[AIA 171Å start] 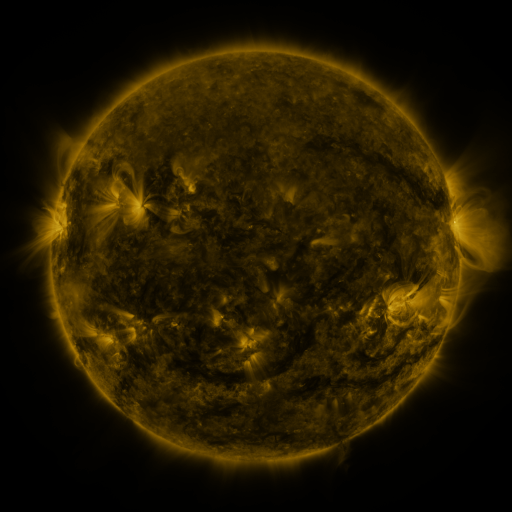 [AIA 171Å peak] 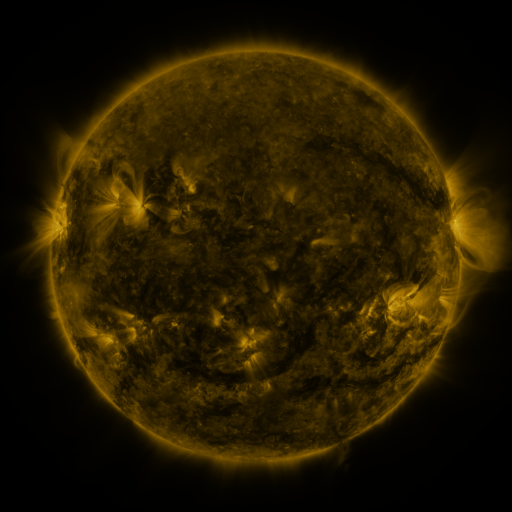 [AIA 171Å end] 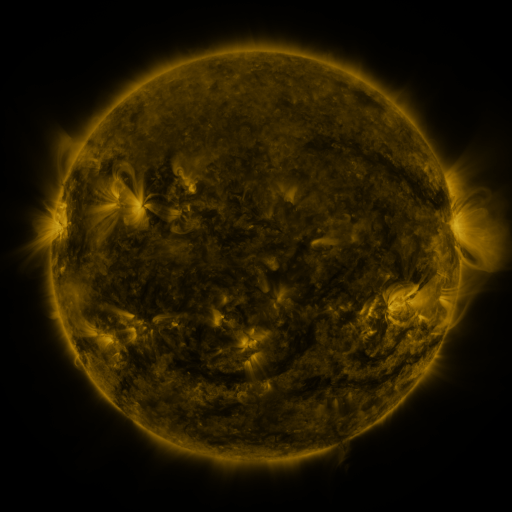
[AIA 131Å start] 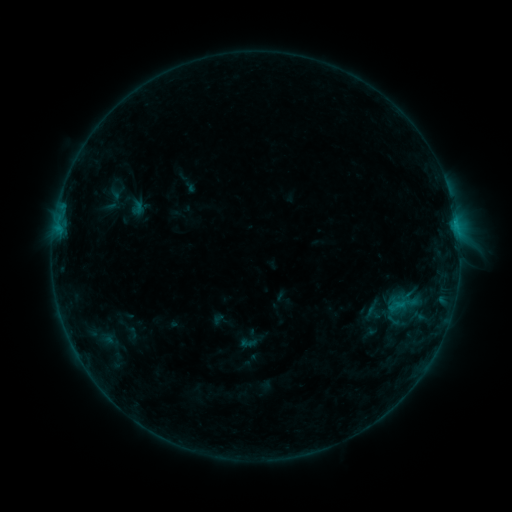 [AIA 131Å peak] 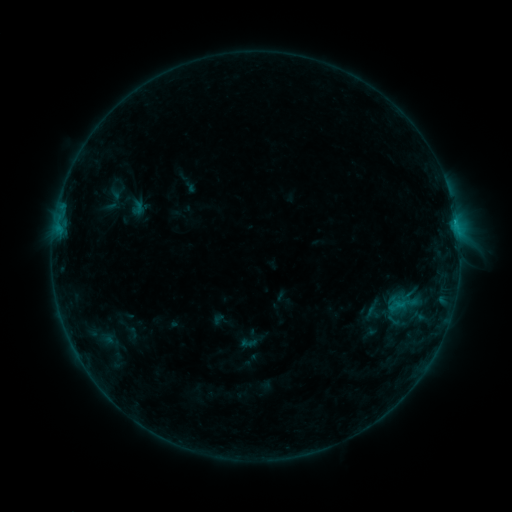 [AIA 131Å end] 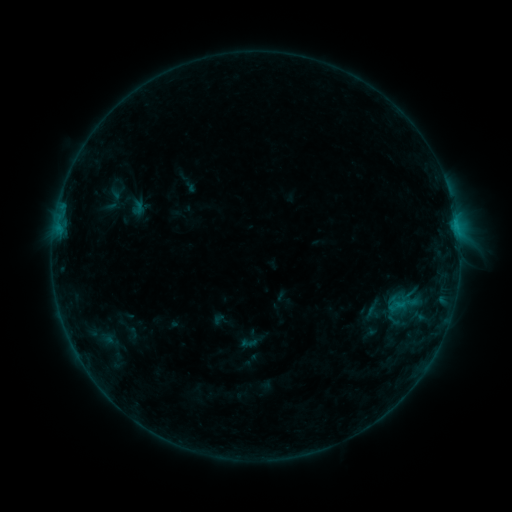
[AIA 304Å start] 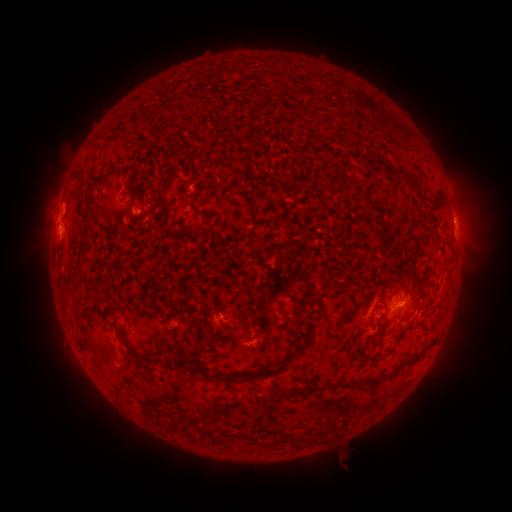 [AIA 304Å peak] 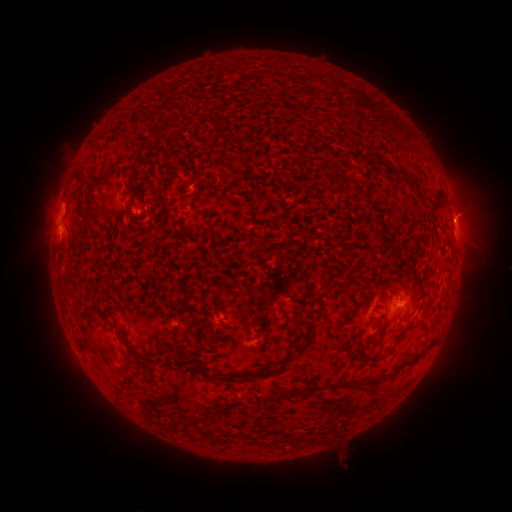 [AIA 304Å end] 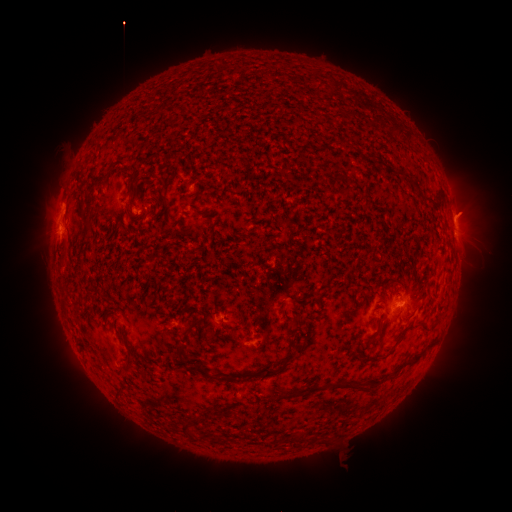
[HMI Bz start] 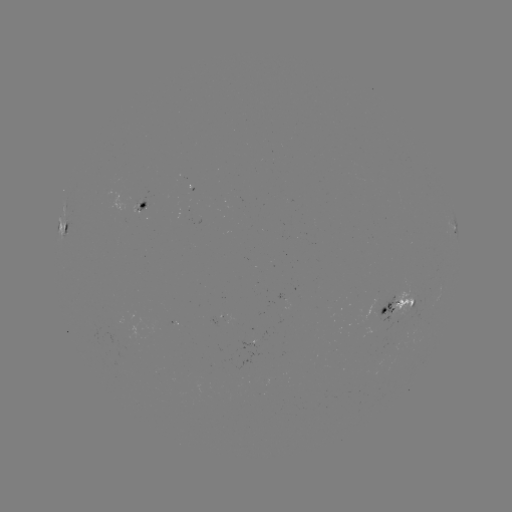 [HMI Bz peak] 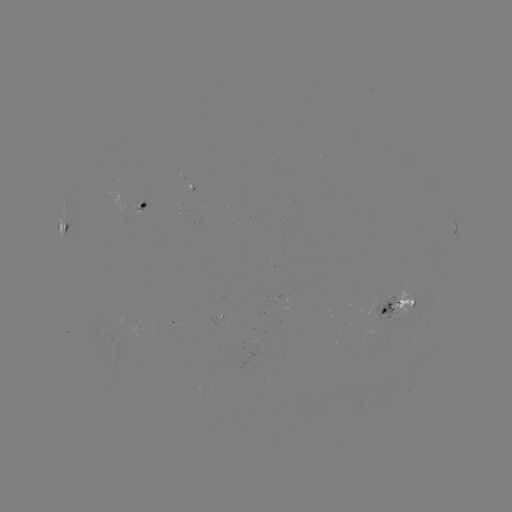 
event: eruption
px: (468, 212)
